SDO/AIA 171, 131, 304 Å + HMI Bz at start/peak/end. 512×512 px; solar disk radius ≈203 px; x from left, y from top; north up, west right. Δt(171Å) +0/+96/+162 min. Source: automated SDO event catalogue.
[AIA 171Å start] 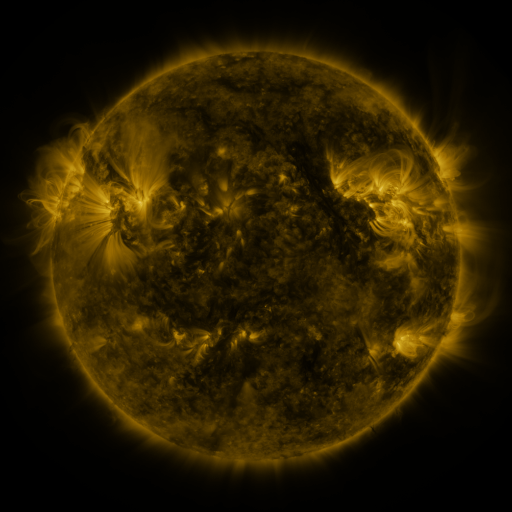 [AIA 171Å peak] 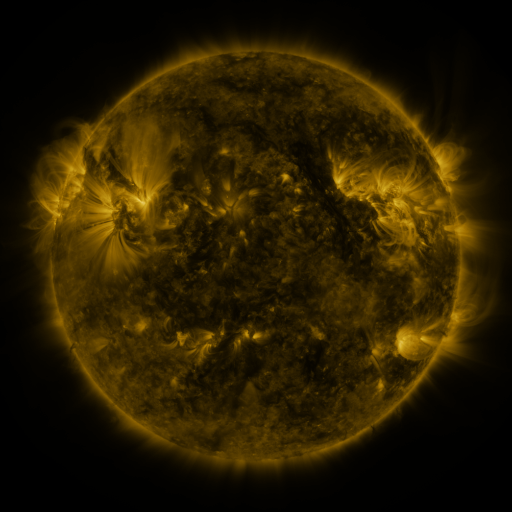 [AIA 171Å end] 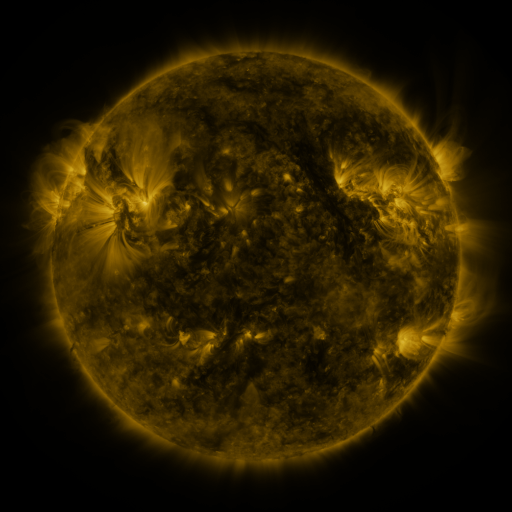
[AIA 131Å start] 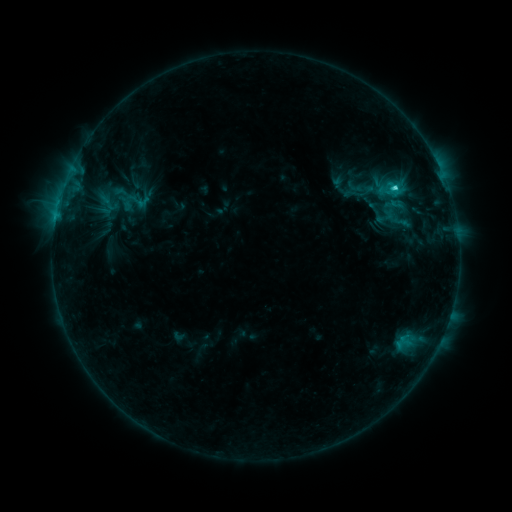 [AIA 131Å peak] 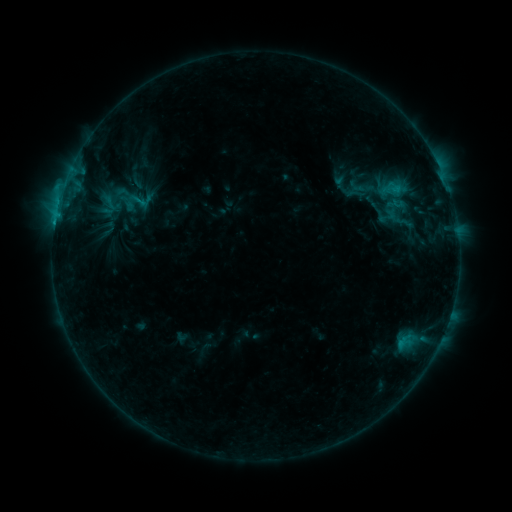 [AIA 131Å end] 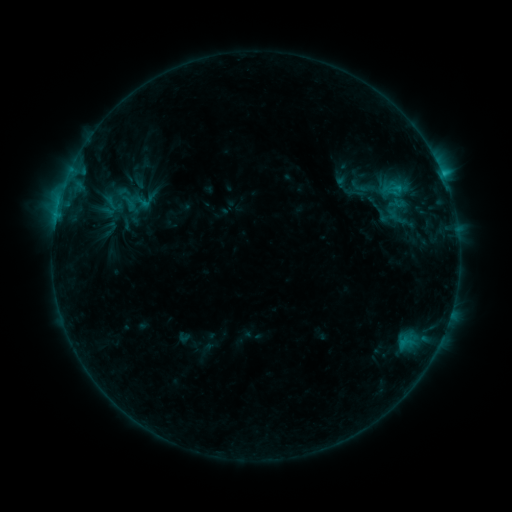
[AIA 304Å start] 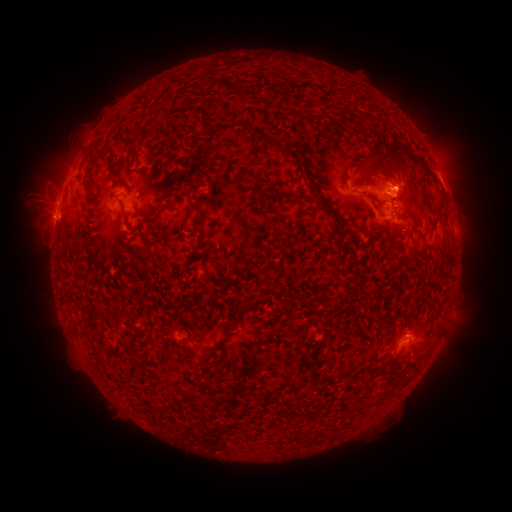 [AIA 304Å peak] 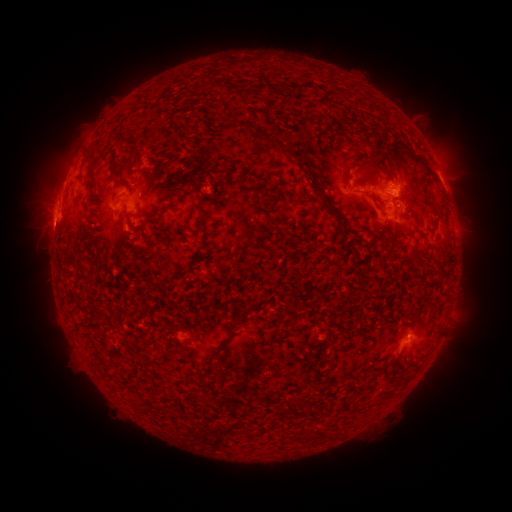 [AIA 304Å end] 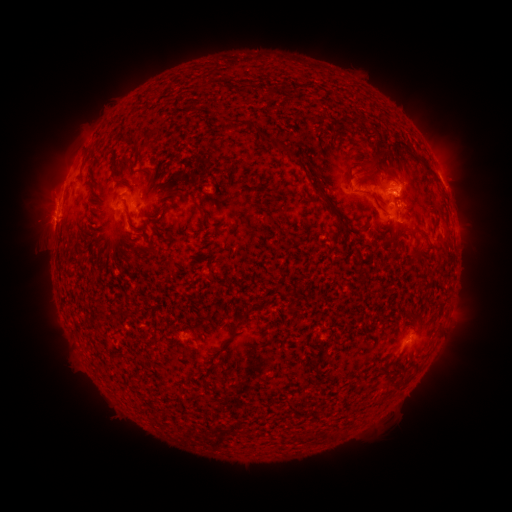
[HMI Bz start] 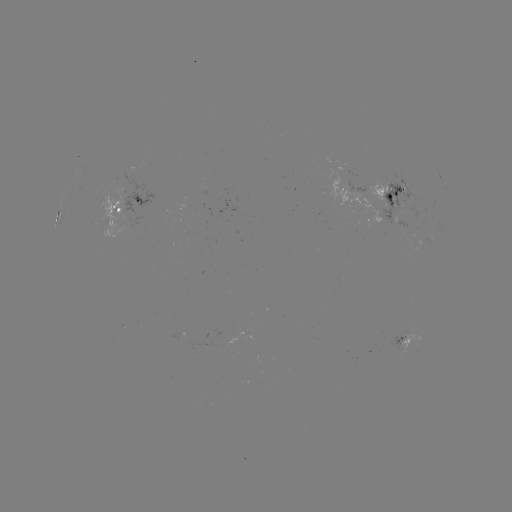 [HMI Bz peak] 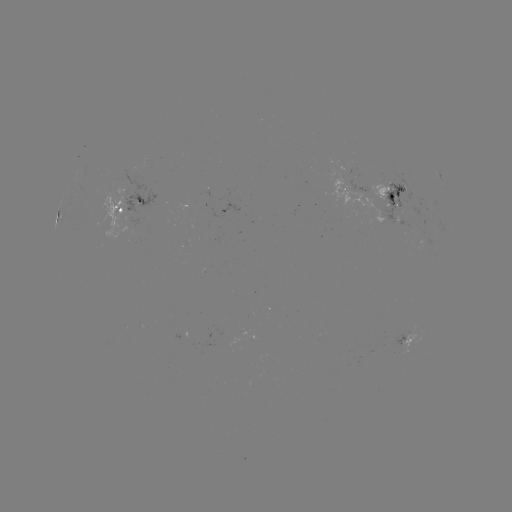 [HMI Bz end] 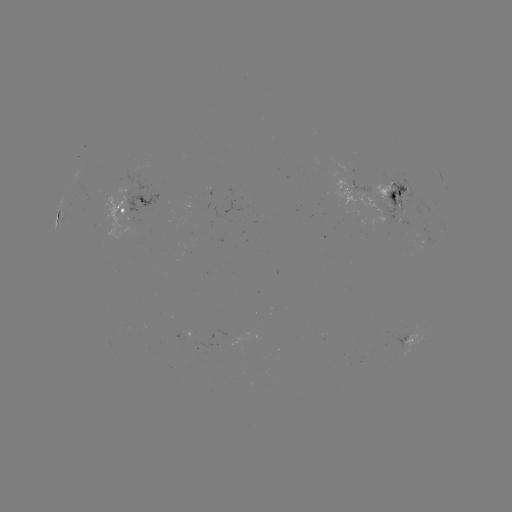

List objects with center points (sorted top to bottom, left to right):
emerging-flux region: (133, 217)
